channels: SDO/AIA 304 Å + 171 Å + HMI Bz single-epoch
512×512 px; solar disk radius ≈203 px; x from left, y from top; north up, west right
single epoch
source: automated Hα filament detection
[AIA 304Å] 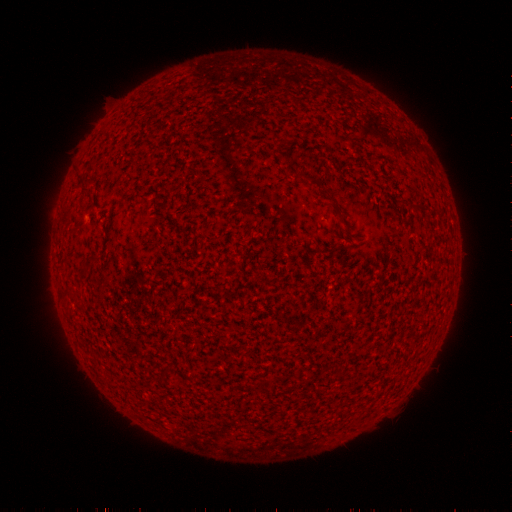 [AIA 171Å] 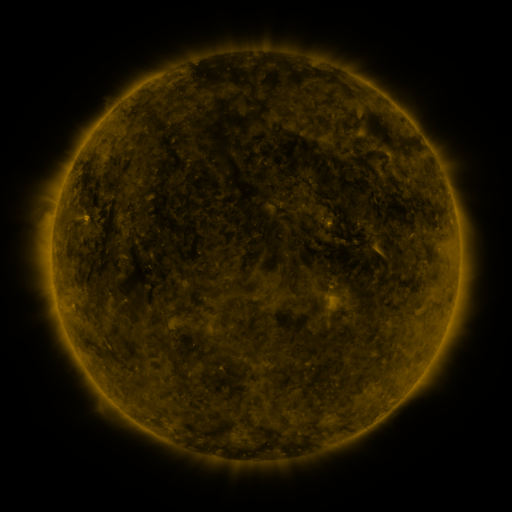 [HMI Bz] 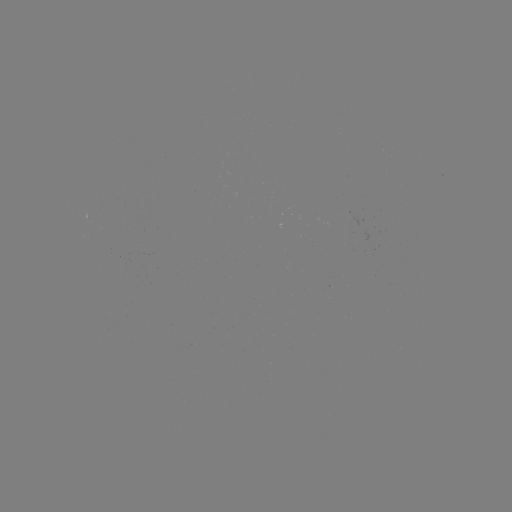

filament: <bbox>295, 171, 326, 198</bbox>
